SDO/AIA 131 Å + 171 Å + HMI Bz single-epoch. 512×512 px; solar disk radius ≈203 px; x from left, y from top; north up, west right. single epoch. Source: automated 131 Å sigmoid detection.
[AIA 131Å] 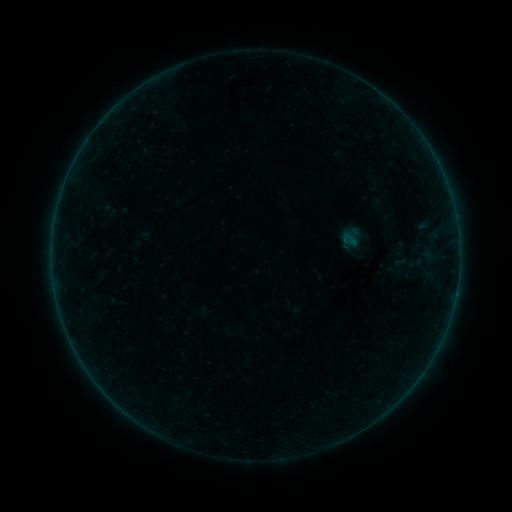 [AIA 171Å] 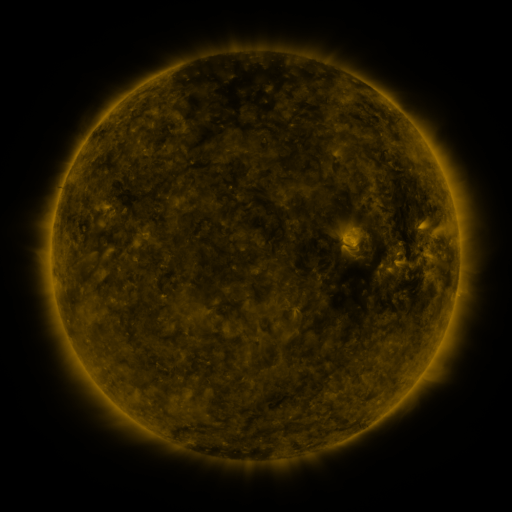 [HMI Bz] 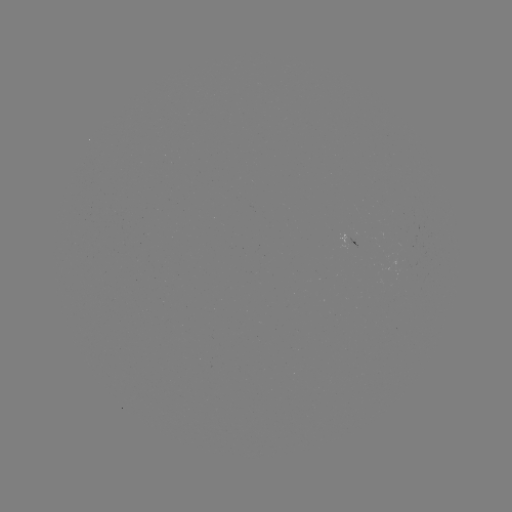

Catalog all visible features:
sigmoid: <bbox>393, 248, 425, 278</bbox>
